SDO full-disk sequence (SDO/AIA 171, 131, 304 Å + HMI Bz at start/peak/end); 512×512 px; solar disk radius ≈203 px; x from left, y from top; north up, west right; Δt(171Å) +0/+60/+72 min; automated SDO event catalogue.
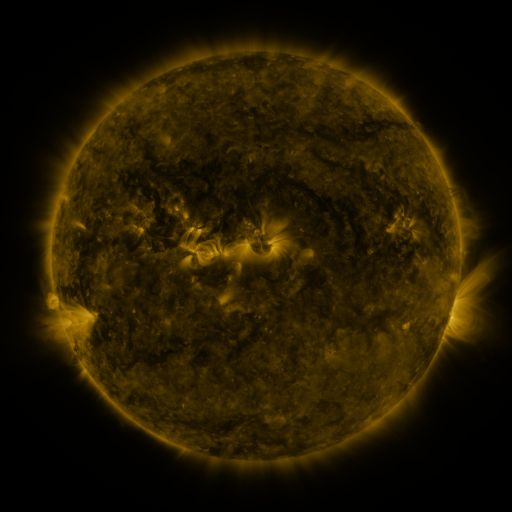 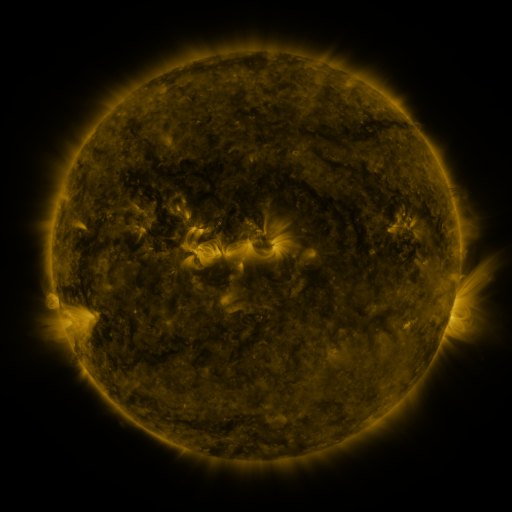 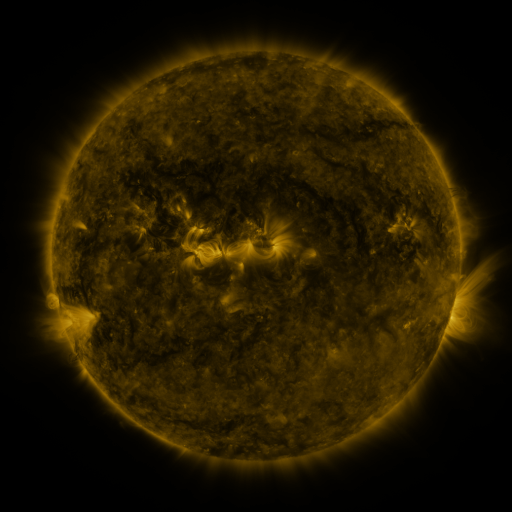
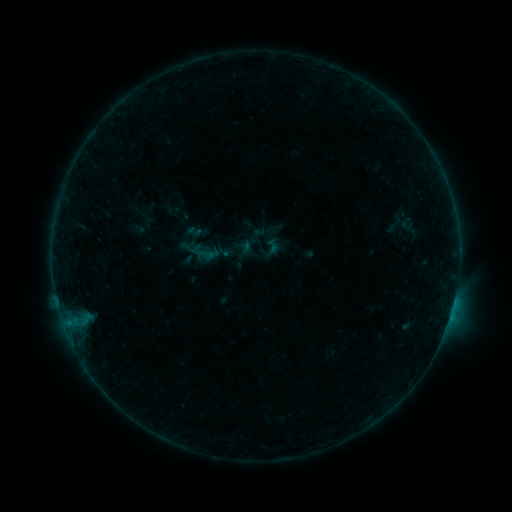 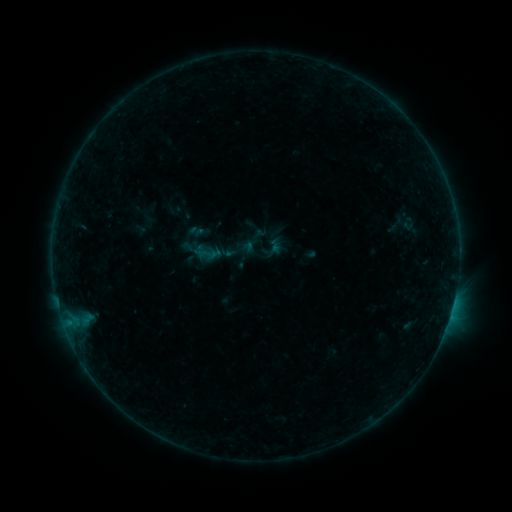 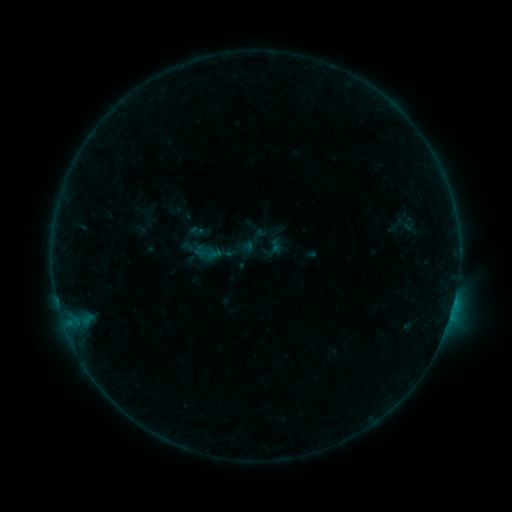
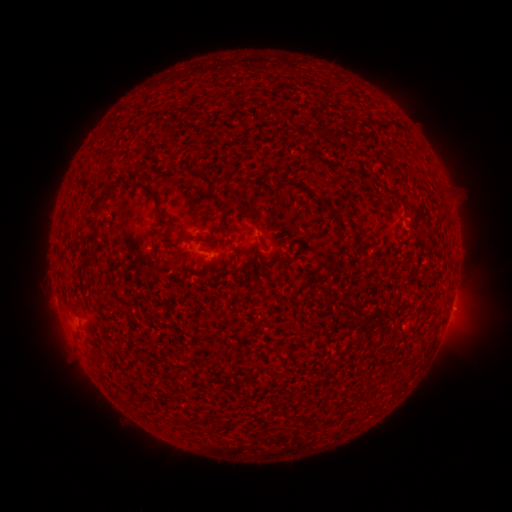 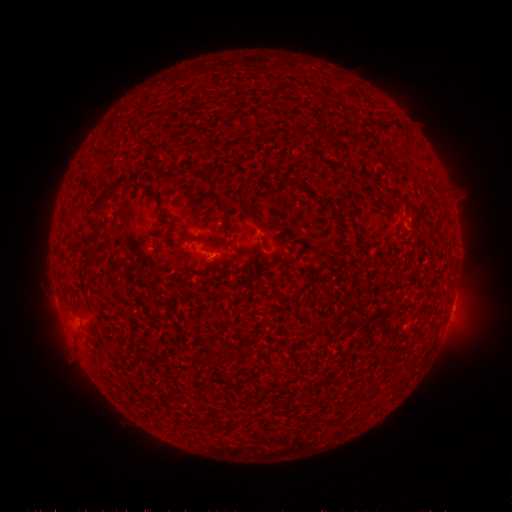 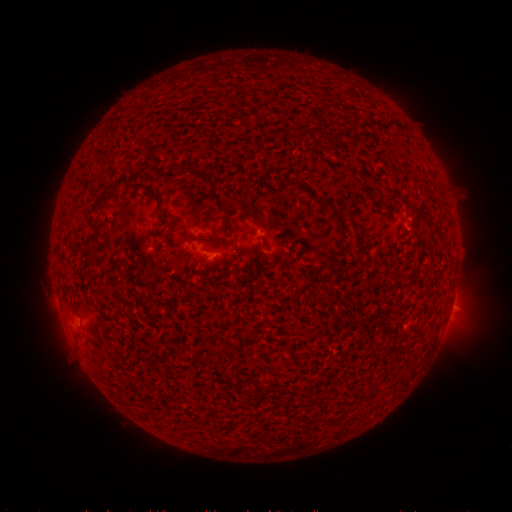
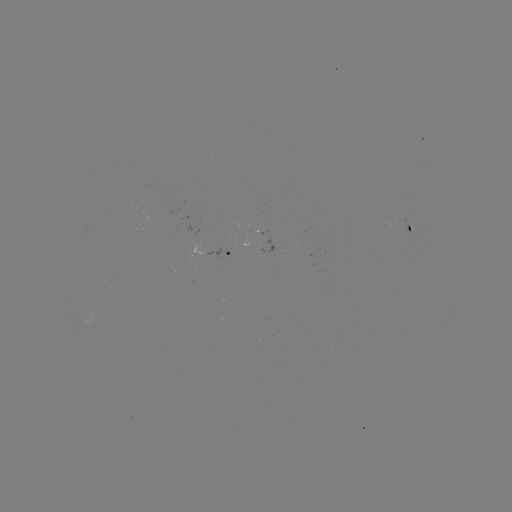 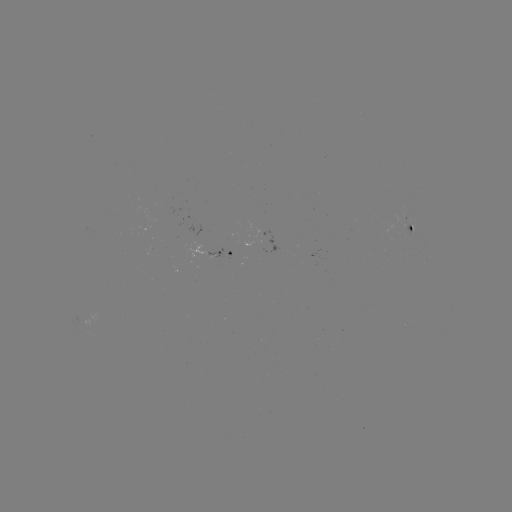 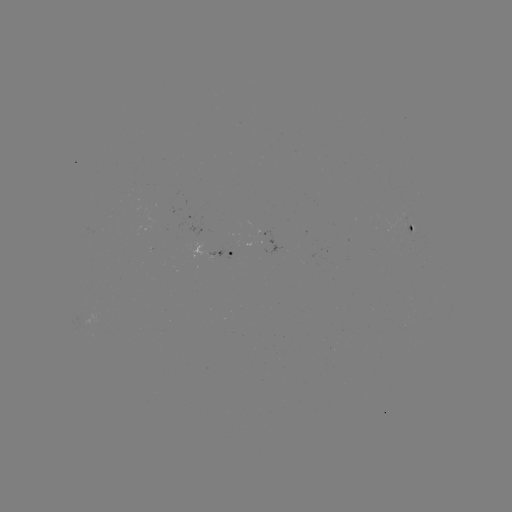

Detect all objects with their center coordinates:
emerging-flux region: (409, 224)
